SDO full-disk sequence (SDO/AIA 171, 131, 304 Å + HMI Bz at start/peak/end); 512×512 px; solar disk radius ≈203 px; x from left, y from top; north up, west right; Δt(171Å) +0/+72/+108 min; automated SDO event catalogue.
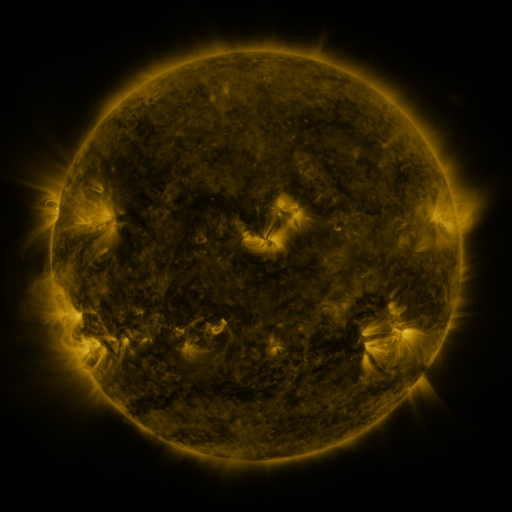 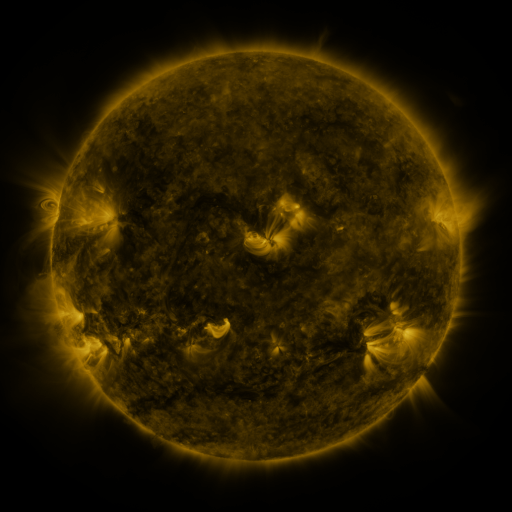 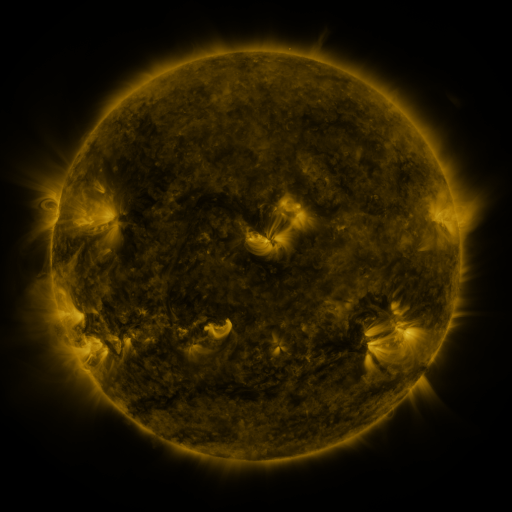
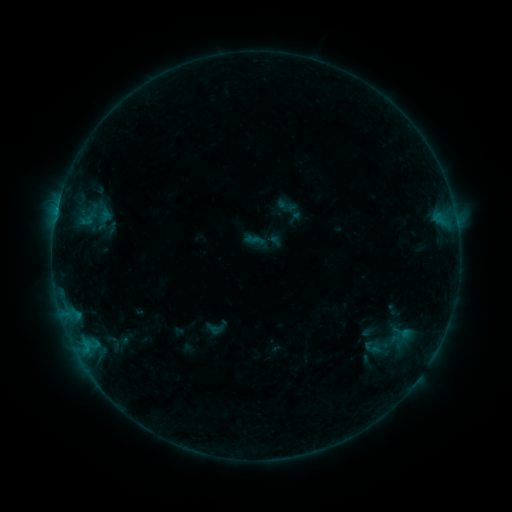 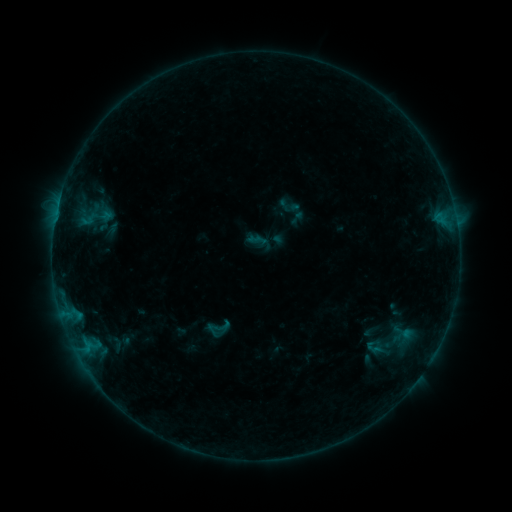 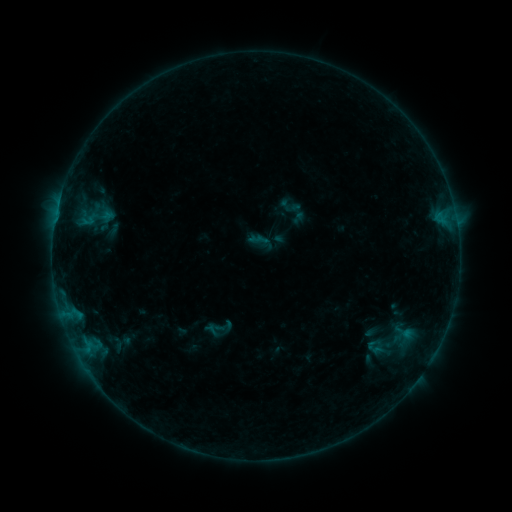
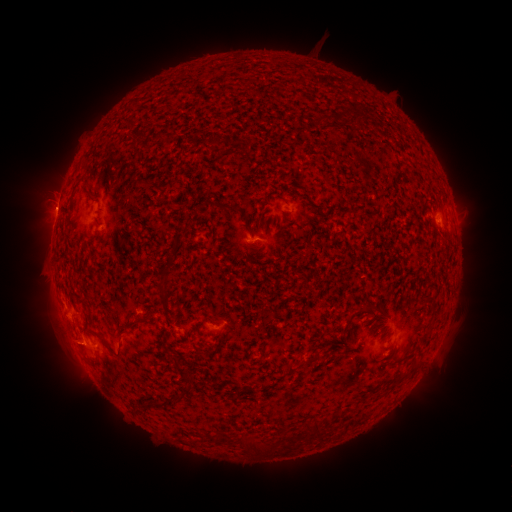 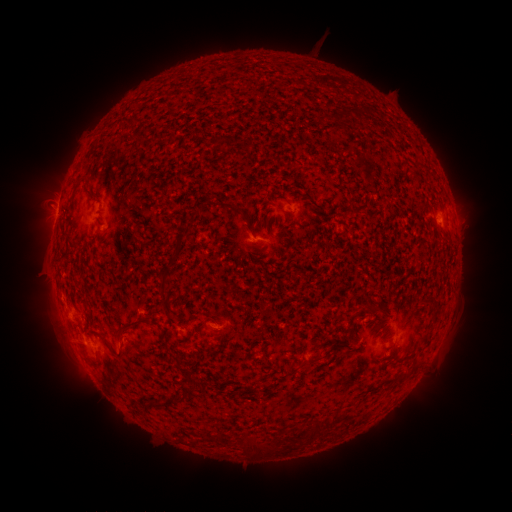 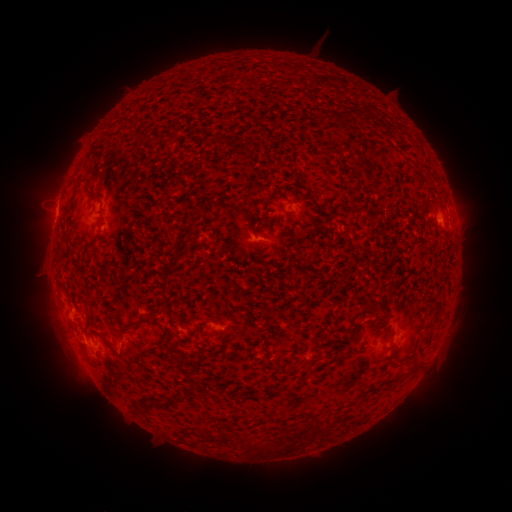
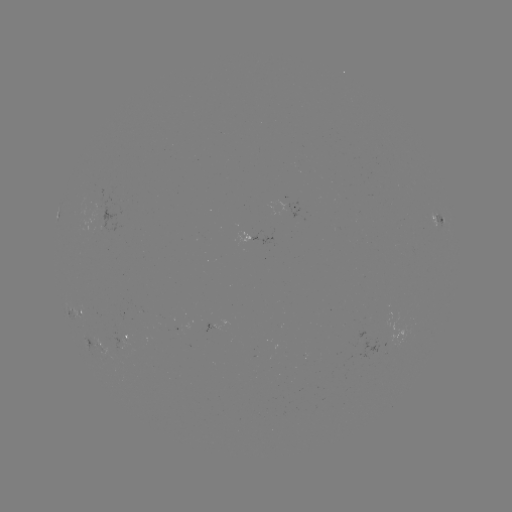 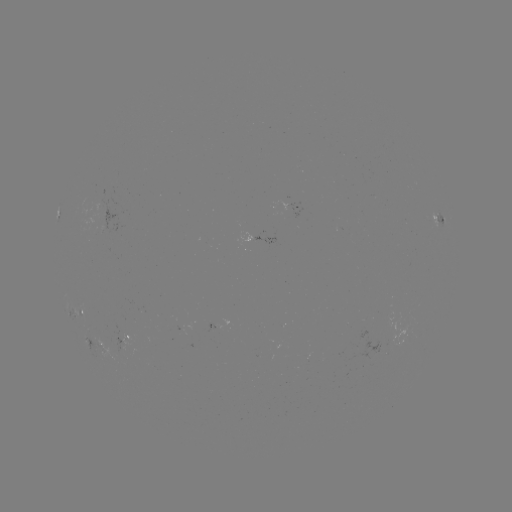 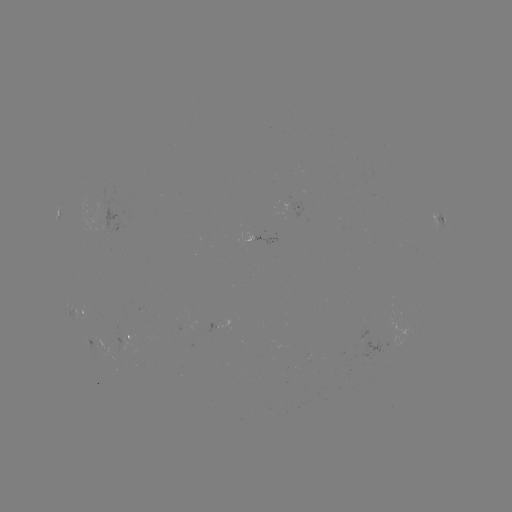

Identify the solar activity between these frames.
emerging-flux region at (393, 336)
